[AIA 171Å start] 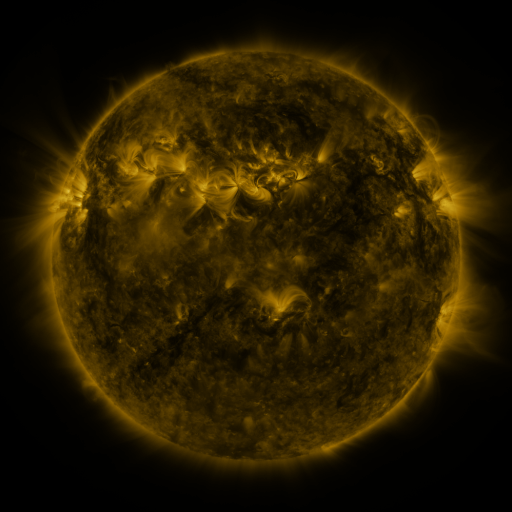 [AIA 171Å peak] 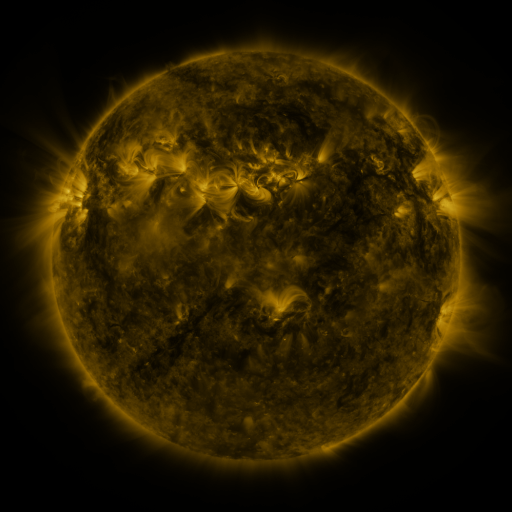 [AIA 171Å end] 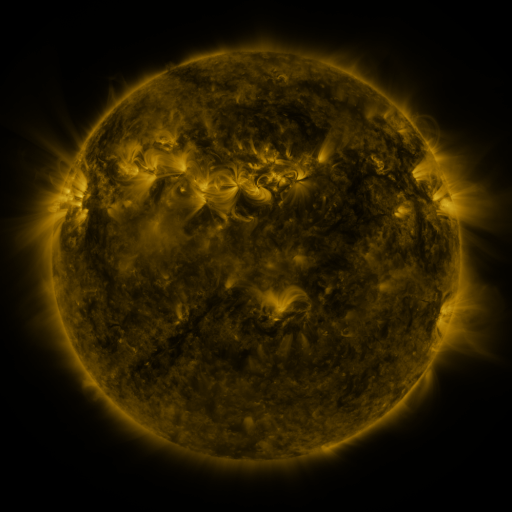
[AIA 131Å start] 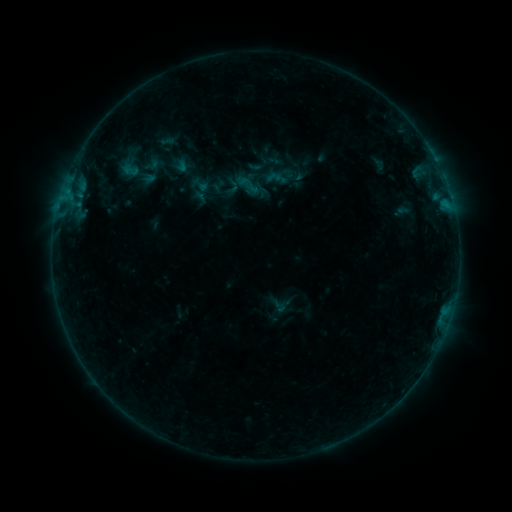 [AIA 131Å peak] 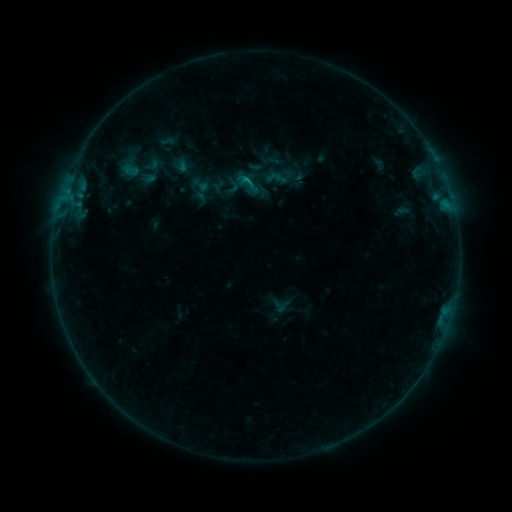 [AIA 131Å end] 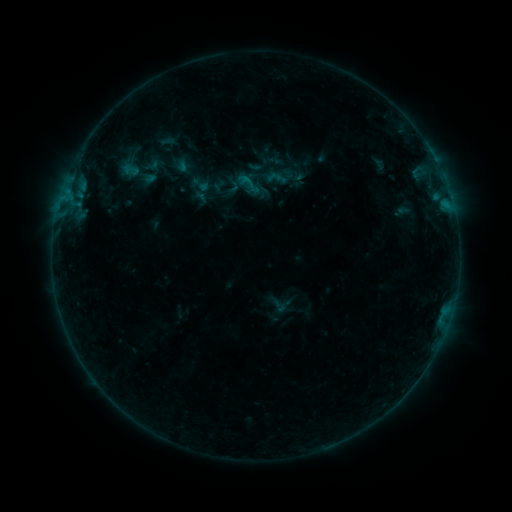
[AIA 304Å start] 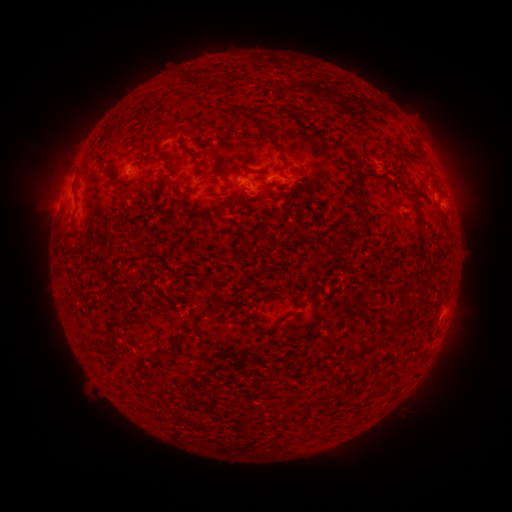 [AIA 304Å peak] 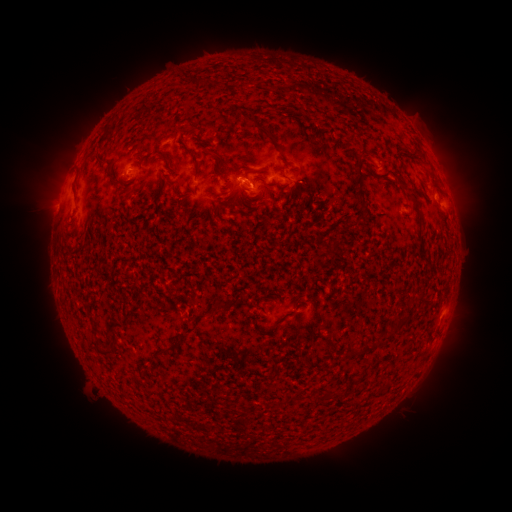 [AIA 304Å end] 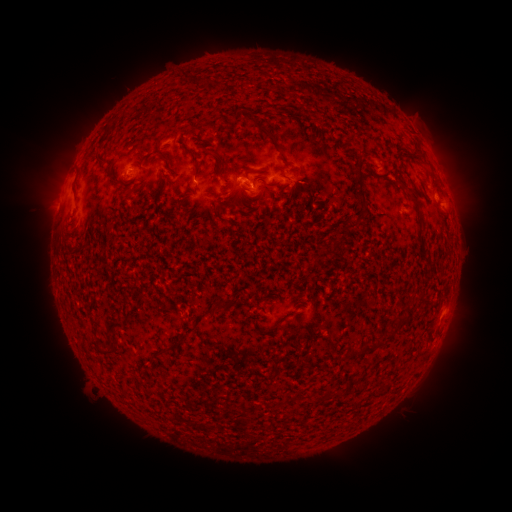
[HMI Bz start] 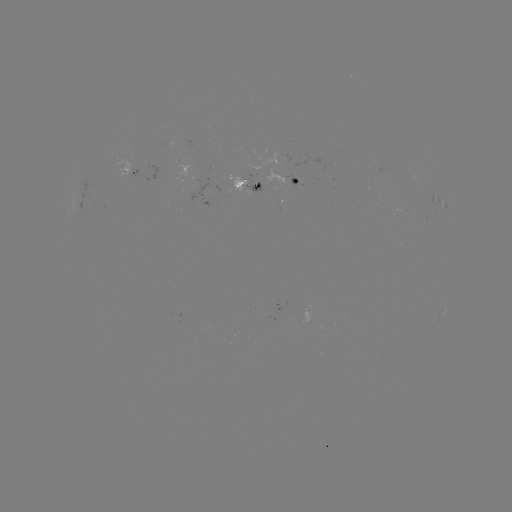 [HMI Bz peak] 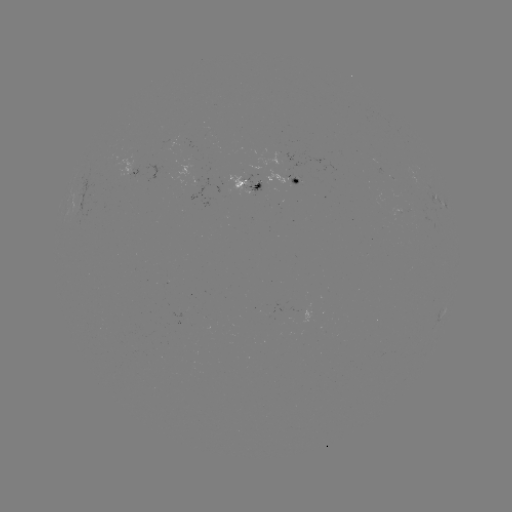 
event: flare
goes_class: B4.2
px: (245, 180)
